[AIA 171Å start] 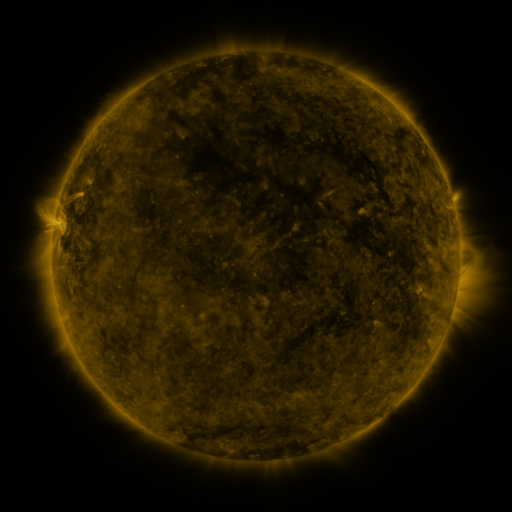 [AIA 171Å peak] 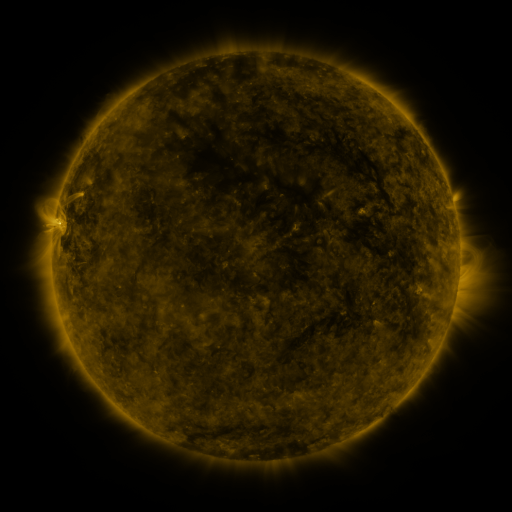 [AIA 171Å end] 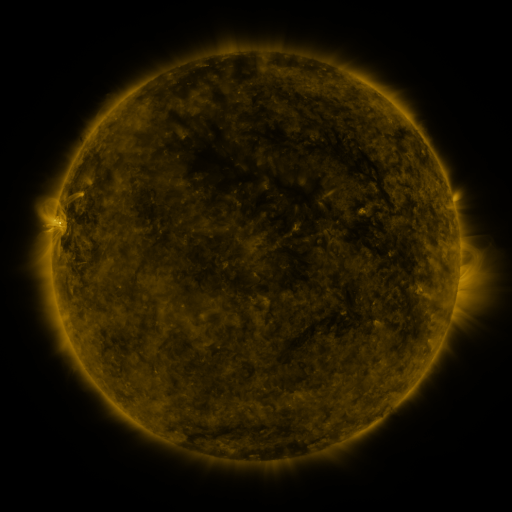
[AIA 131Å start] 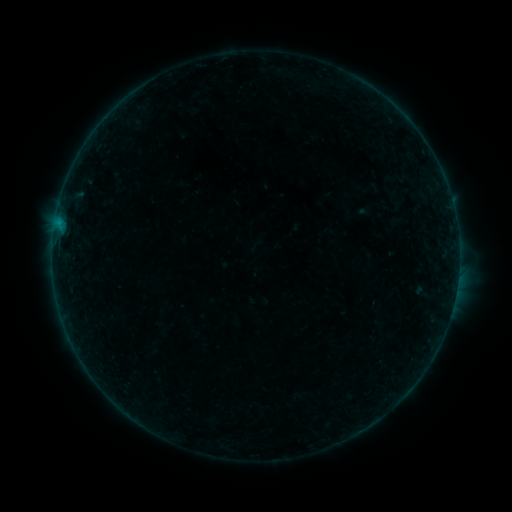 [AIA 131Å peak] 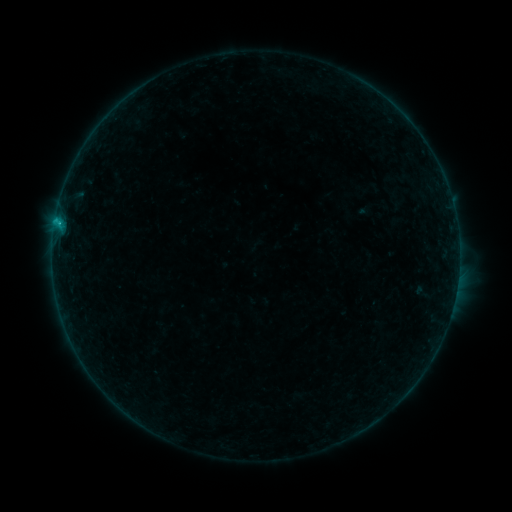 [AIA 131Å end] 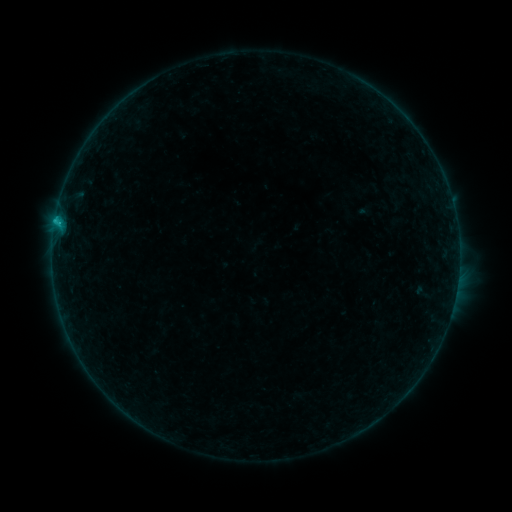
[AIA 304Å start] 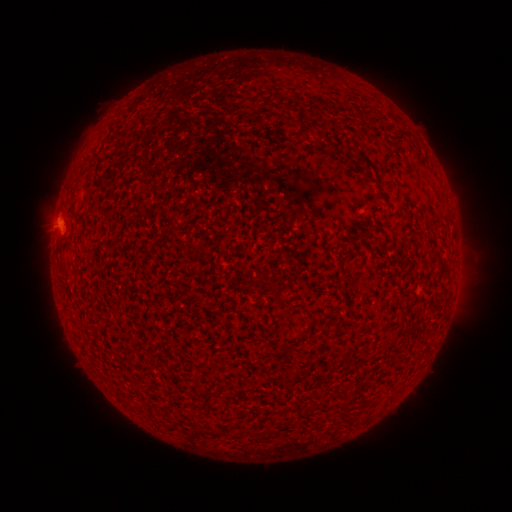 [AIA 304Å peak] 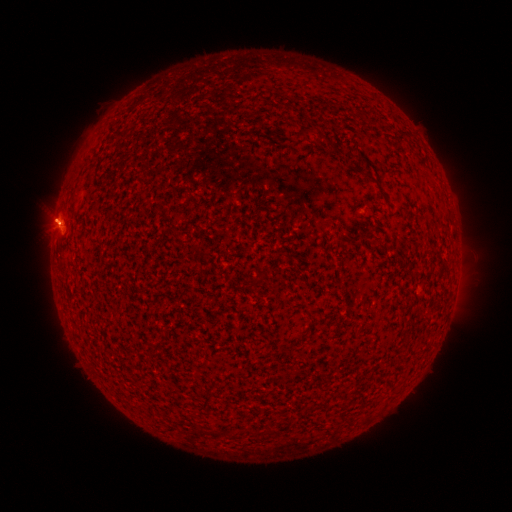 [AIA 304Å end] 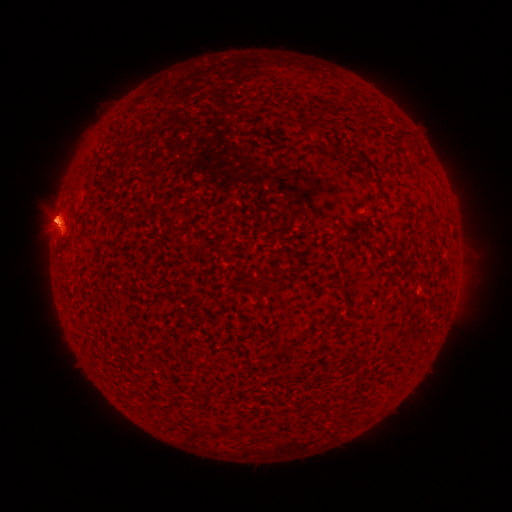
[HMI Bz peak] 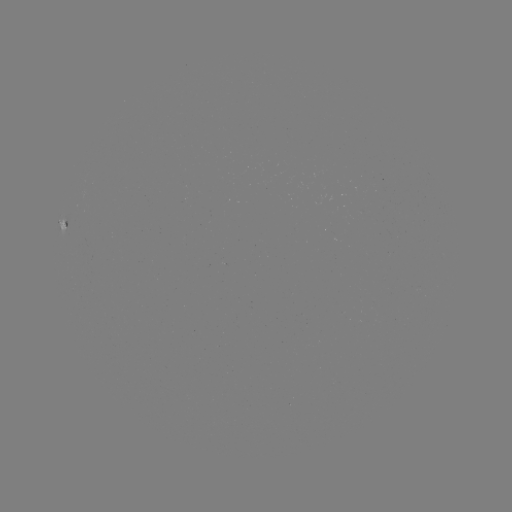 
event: flare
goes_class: C1.0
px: (58, 224)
